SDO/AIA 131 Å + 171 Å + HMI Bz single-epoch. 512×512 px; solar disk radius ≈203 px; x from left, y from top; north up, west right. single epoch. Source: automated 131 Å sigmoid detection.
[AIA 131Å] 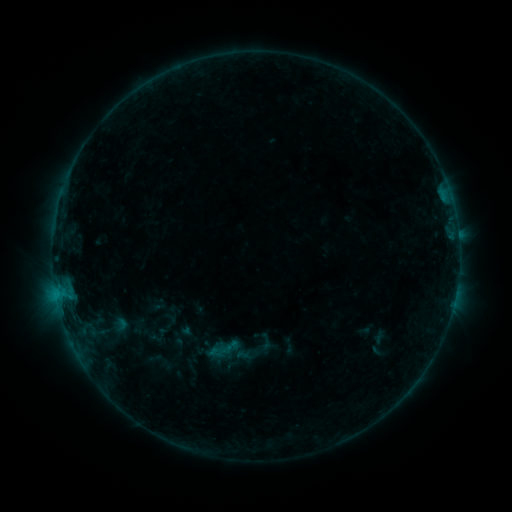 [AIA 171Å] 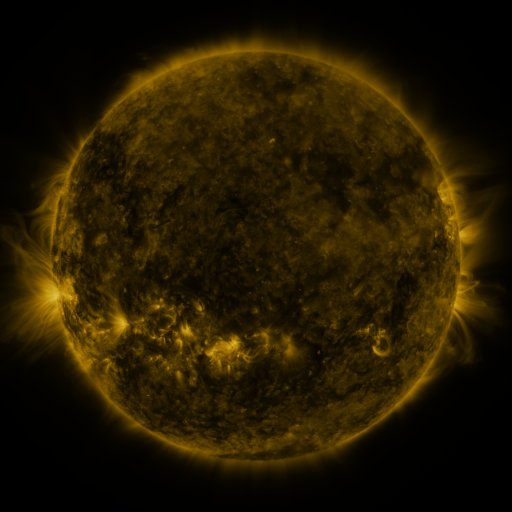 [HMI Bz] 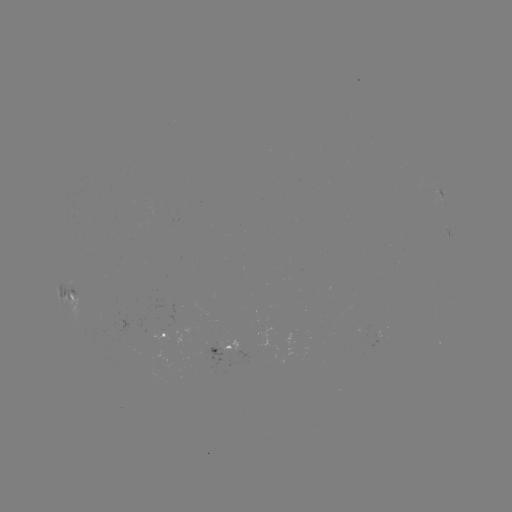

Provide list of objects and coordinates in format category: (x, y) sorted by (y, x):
sigmoid: (225, 350)
sigmoid: (246, 355)
